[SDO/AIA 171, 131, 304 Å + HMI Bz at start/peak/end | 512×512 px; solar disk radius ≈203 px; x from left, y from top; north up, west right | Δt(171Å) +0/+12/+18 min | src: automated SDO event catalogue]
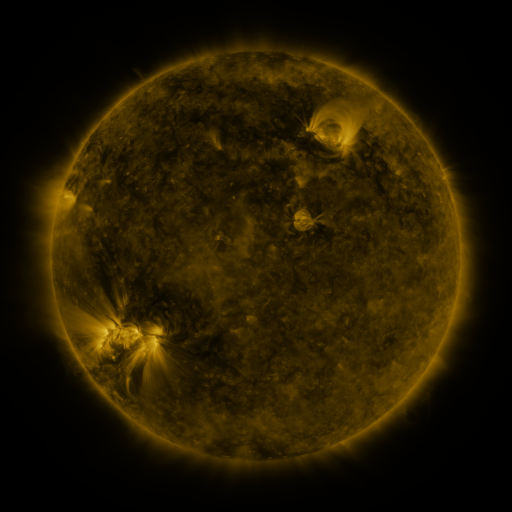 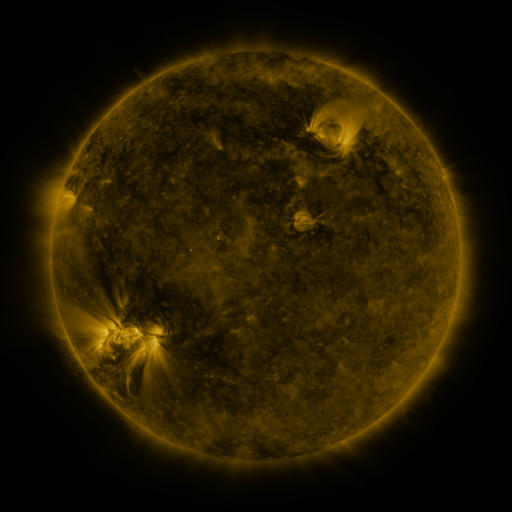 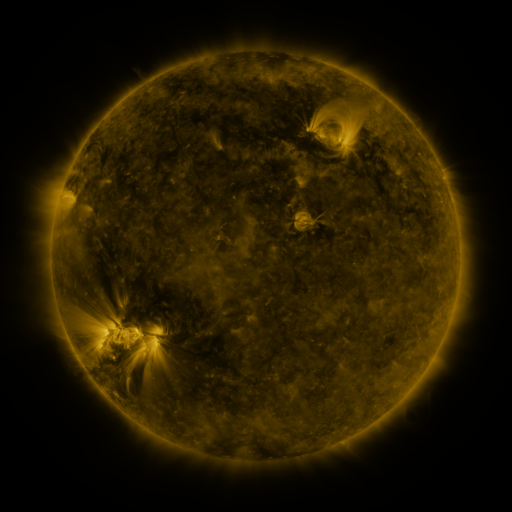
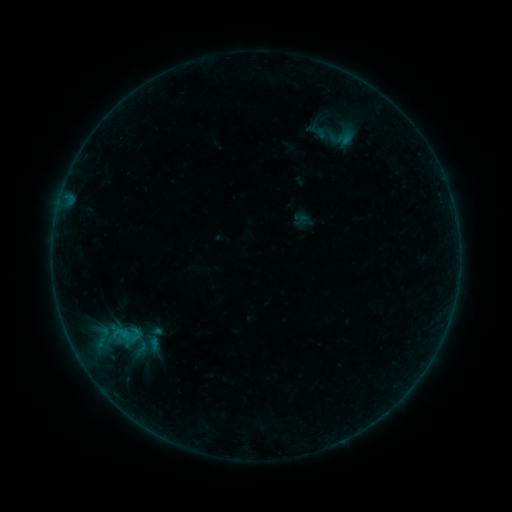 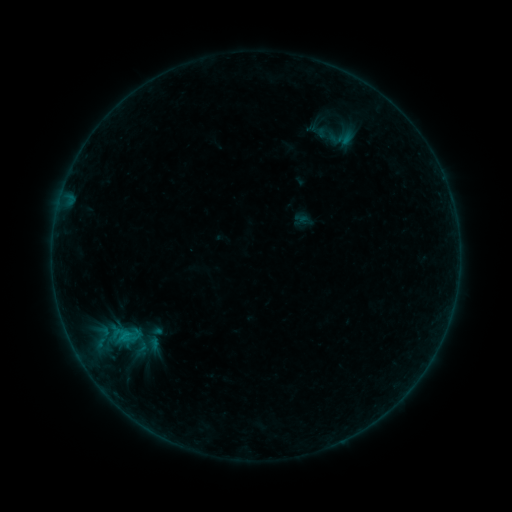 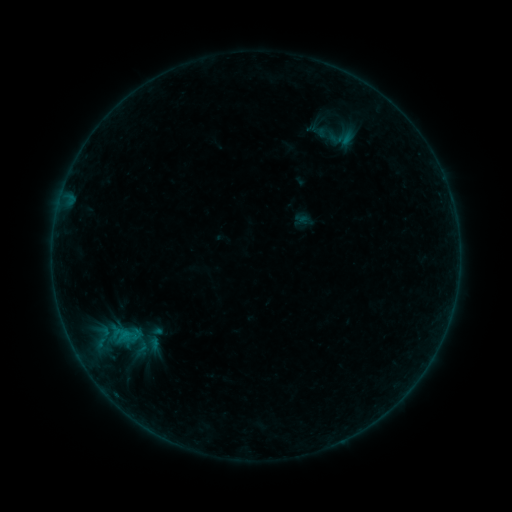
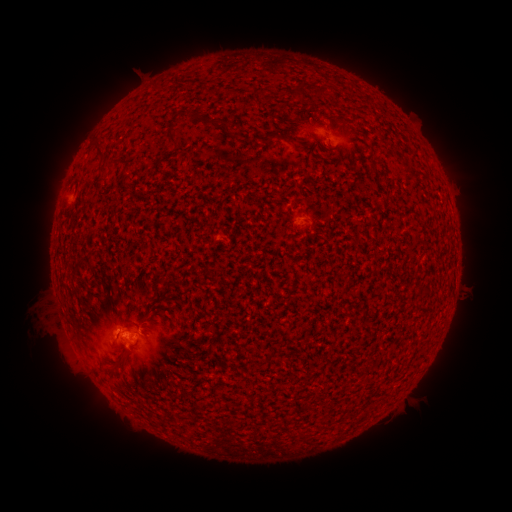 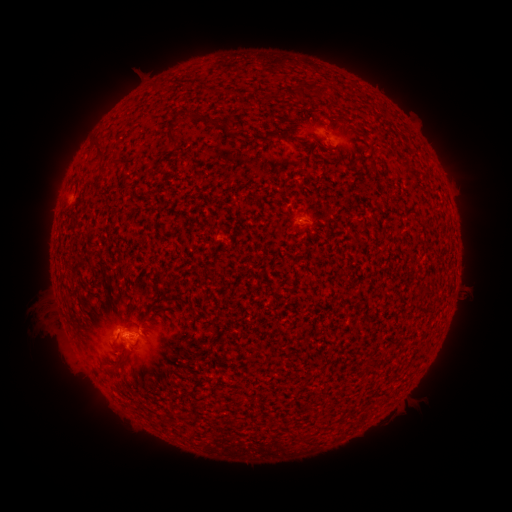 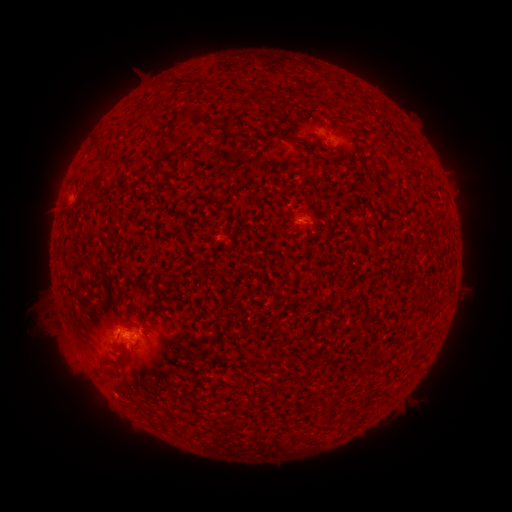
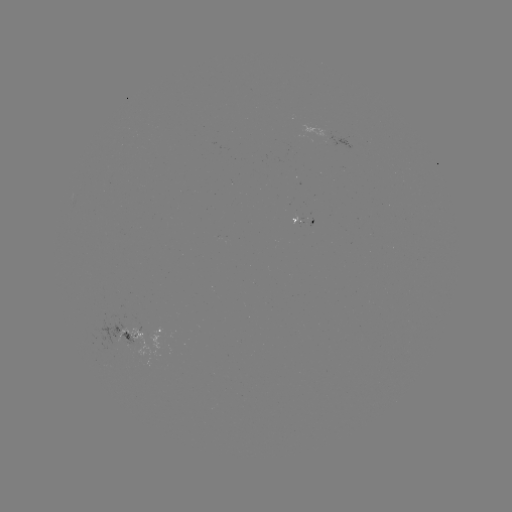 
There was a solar flare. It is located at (127, 334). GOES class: B3.3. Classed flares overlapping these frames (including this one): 1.